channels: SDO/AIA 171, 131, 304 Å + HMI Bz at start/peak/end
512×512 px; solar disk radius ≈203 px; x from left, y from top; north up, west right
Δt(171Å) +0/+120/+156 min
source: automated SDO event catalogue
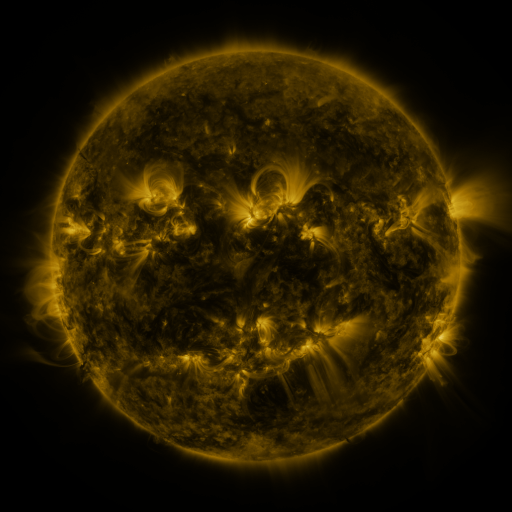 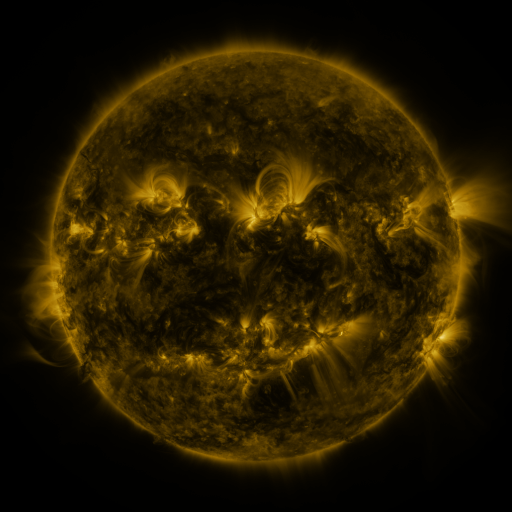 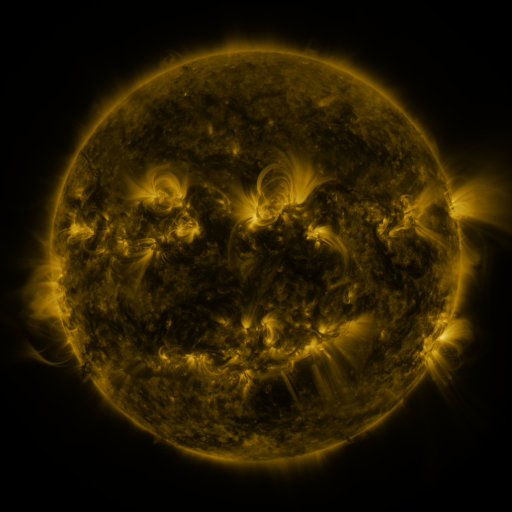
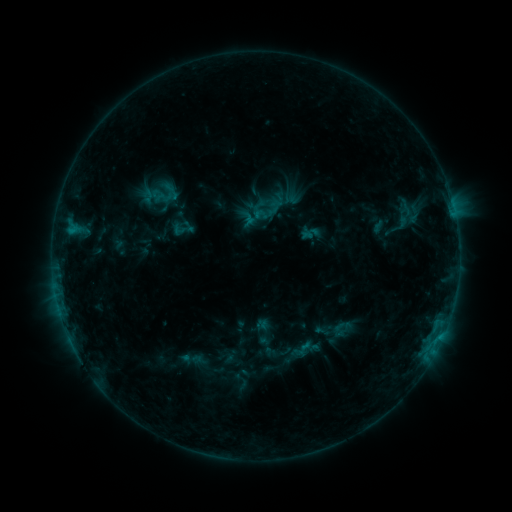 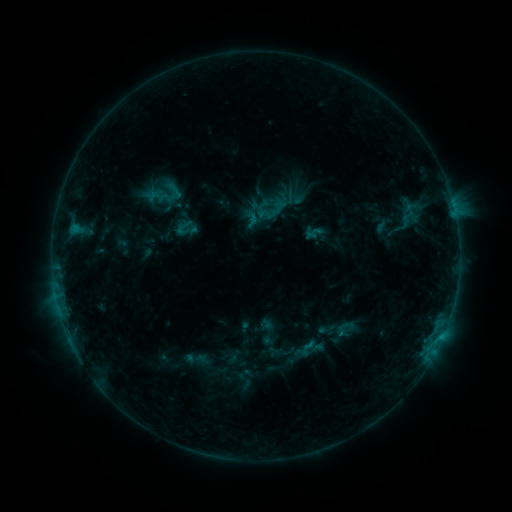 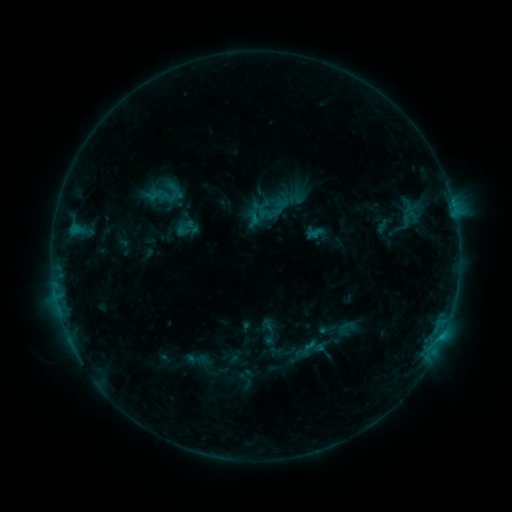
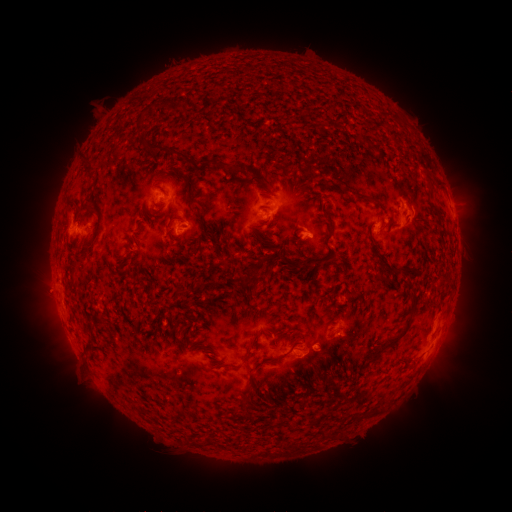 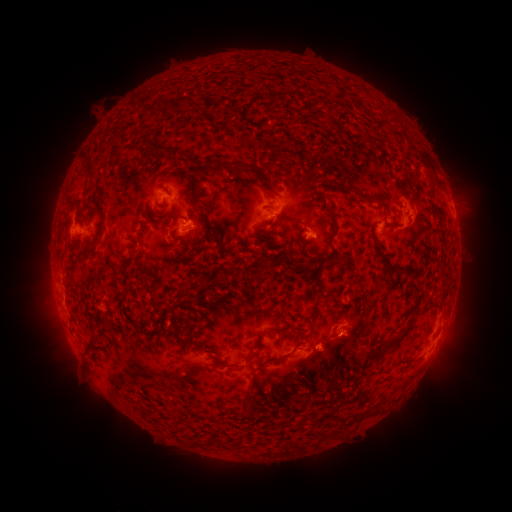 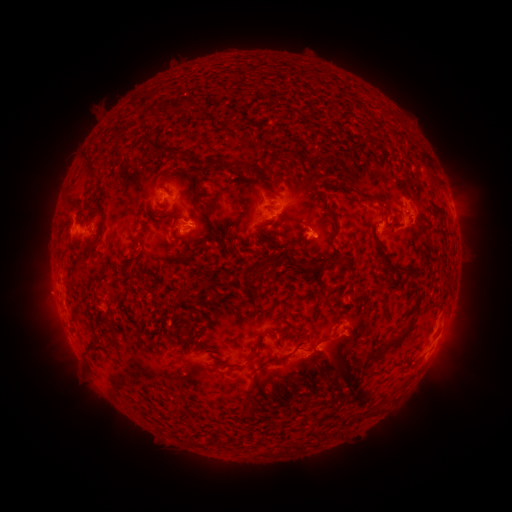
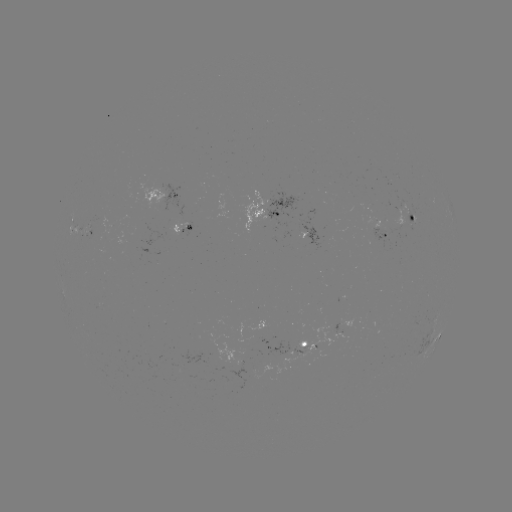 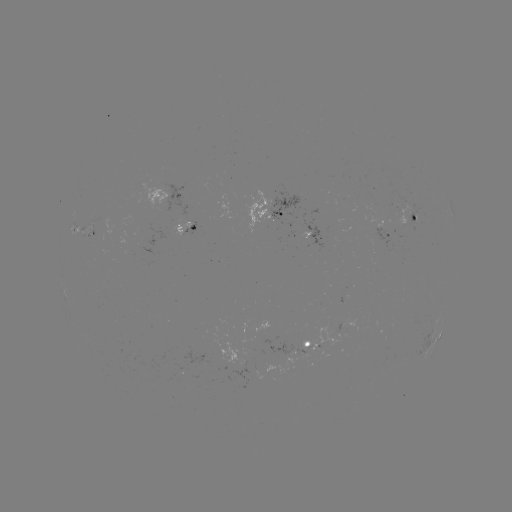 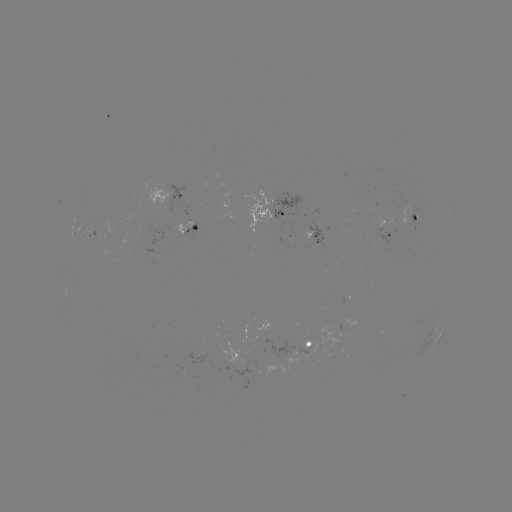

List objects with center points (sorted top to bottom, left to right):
emerging-flux region: (181, 369)
